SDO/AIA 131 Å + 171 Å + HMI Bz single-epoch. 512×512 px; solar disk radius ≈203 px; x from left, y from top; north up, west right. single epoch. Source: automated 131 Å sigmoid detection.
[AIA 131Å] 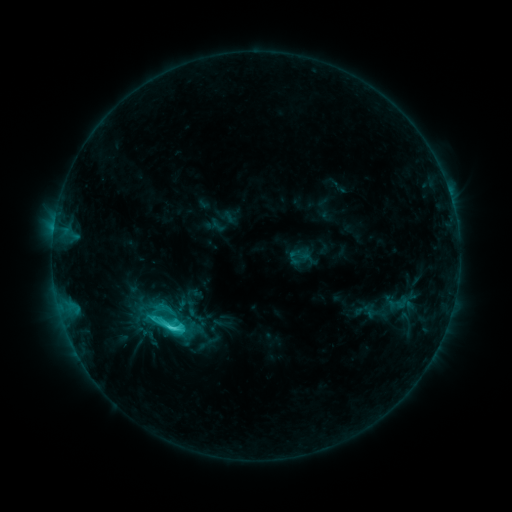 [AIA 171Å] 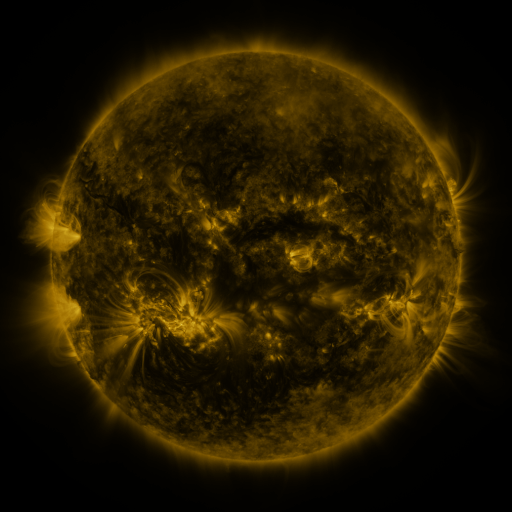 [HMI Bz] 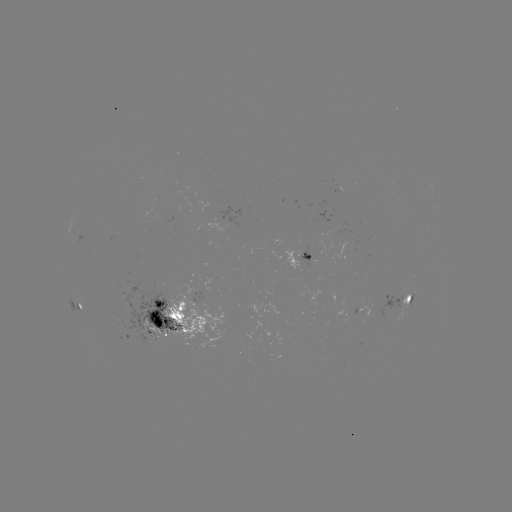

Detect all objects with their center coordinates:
sigmoid: (165, 324)
